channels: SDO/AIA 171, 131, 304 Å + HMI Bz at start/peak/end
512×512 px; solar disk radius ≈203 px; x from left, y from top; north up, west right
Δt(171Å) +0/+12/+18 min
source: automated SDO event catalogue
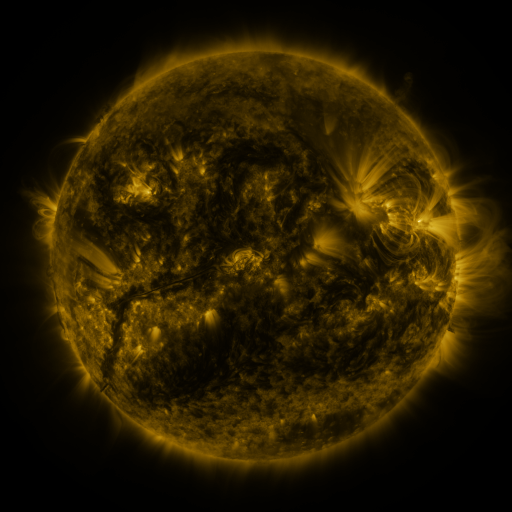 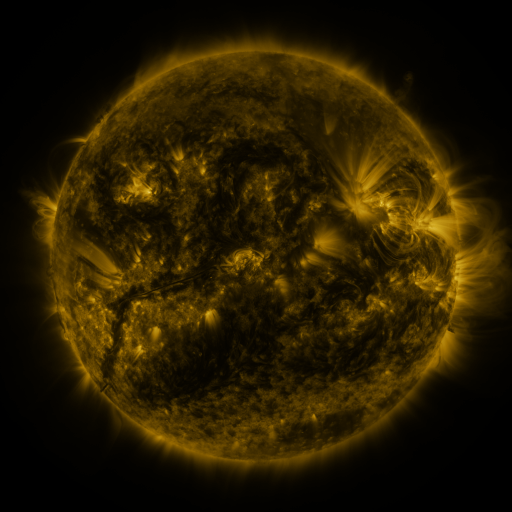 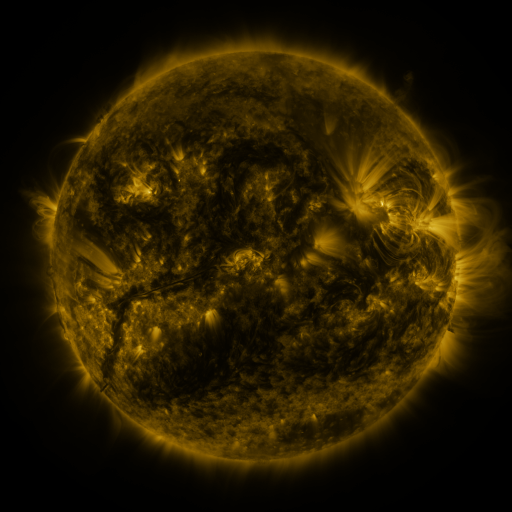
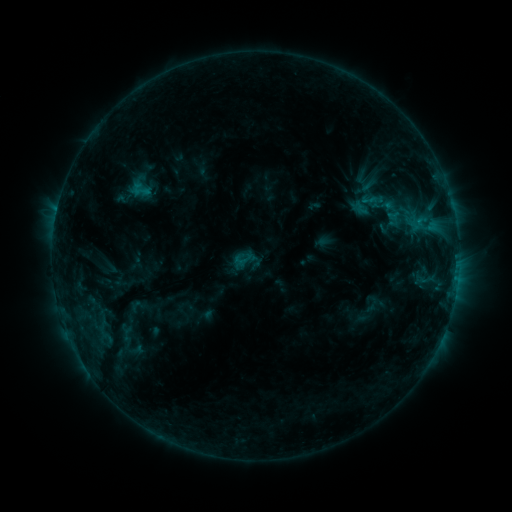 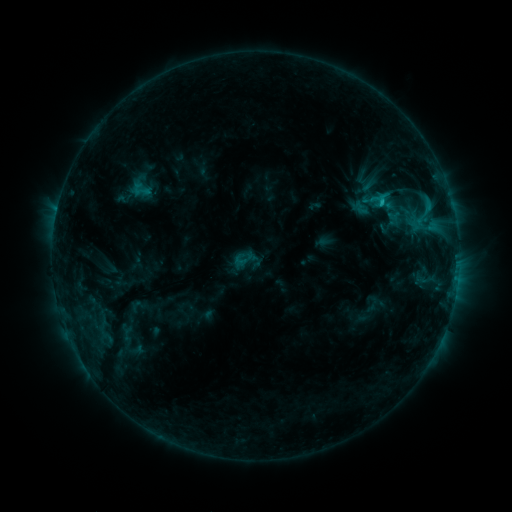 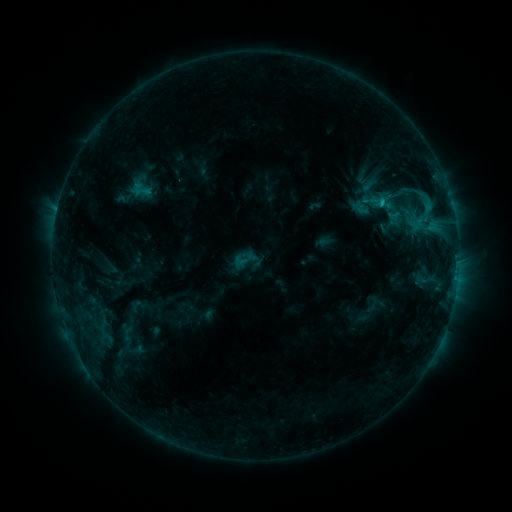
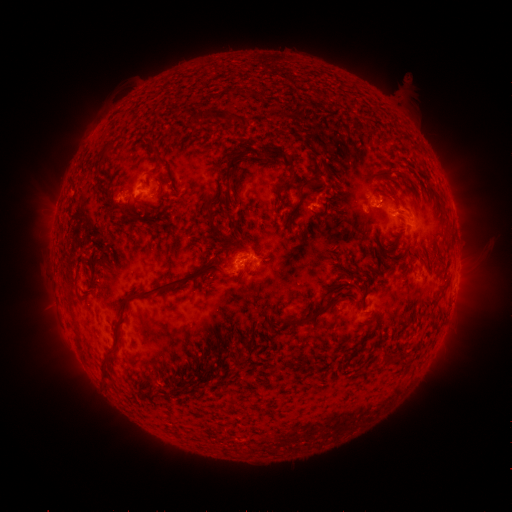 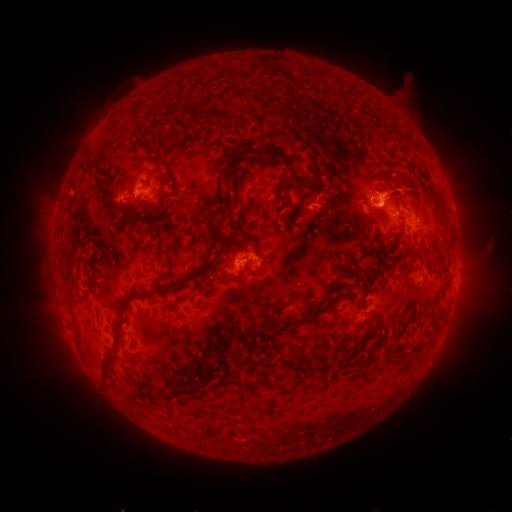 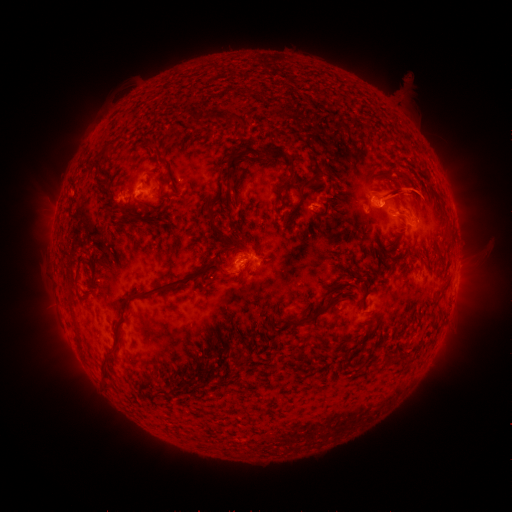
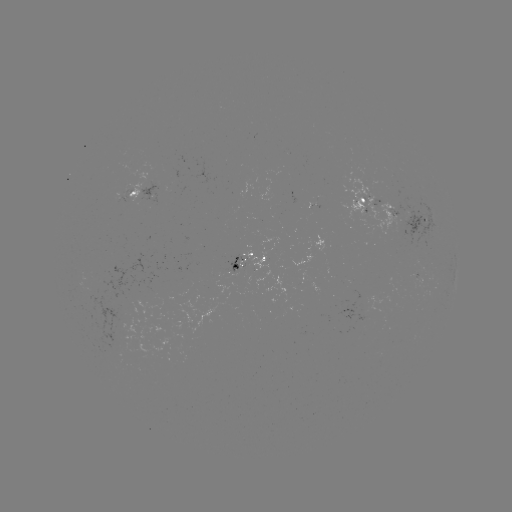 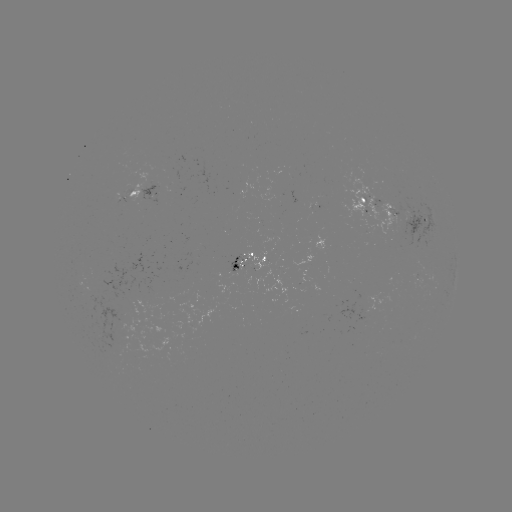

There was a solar eruption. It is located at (399, 194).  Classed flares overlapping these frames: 1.